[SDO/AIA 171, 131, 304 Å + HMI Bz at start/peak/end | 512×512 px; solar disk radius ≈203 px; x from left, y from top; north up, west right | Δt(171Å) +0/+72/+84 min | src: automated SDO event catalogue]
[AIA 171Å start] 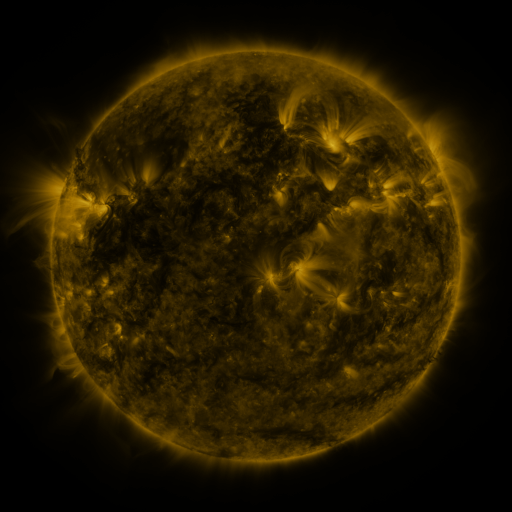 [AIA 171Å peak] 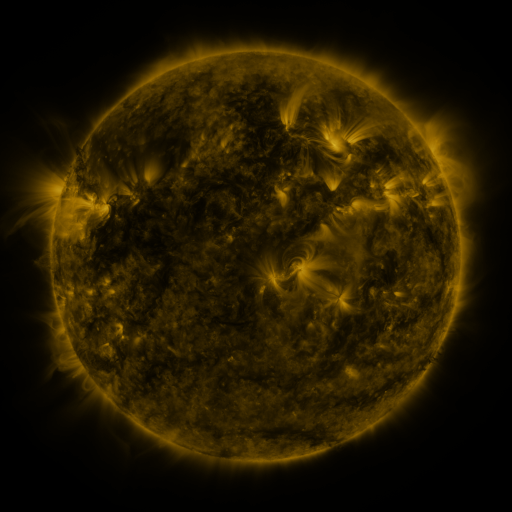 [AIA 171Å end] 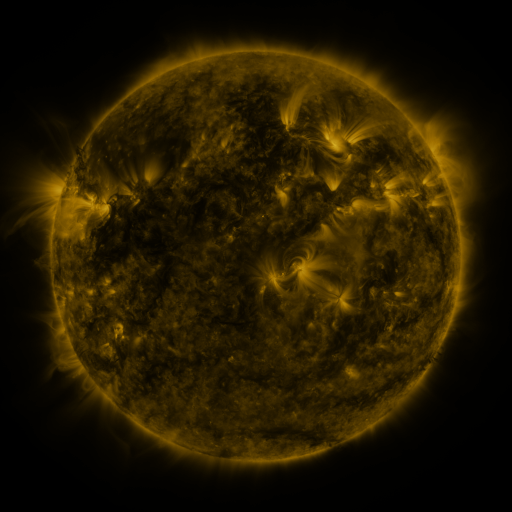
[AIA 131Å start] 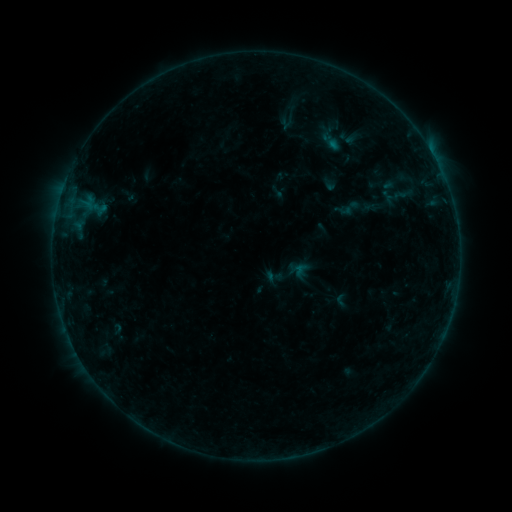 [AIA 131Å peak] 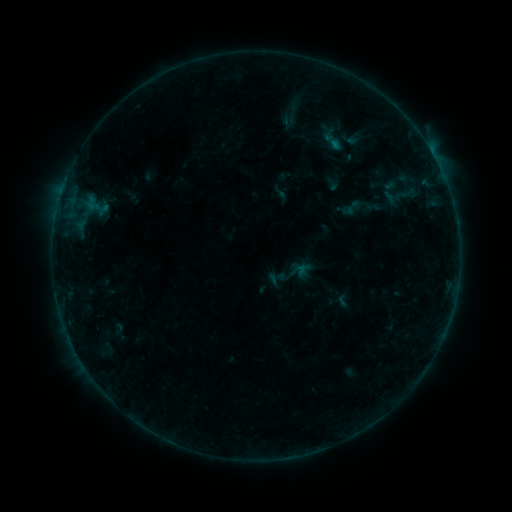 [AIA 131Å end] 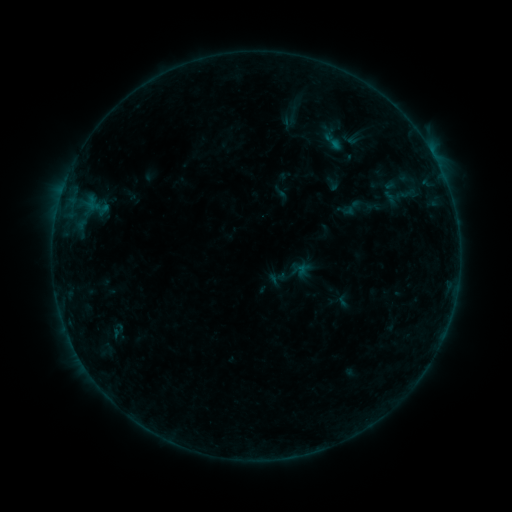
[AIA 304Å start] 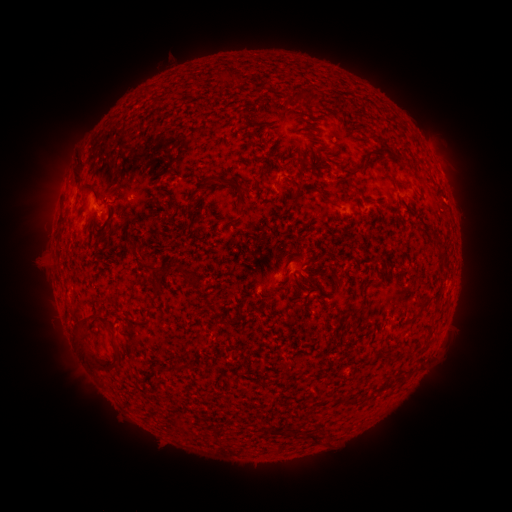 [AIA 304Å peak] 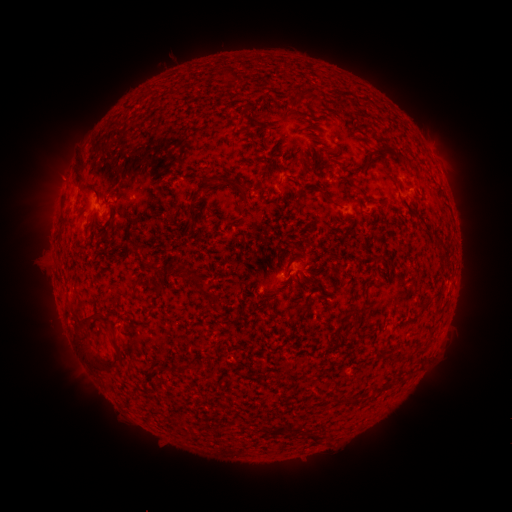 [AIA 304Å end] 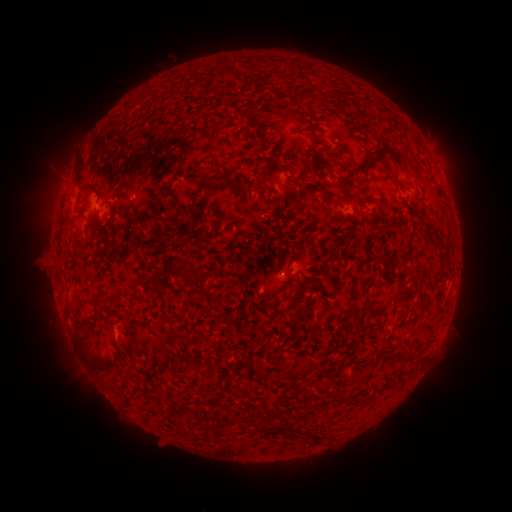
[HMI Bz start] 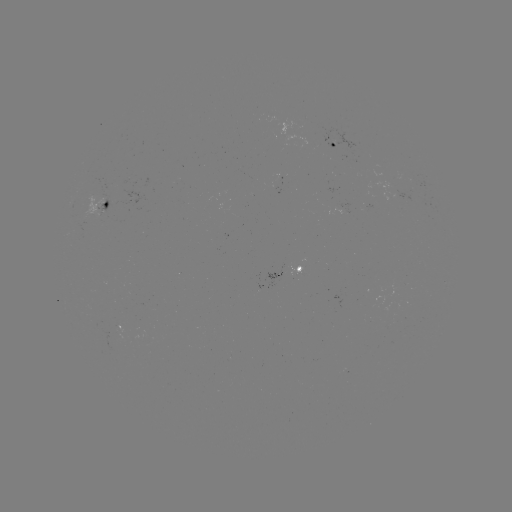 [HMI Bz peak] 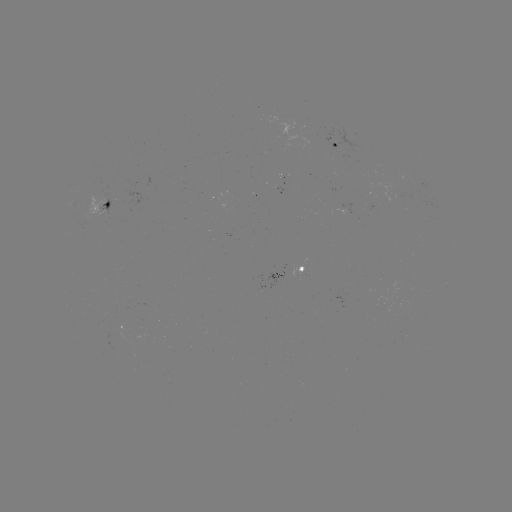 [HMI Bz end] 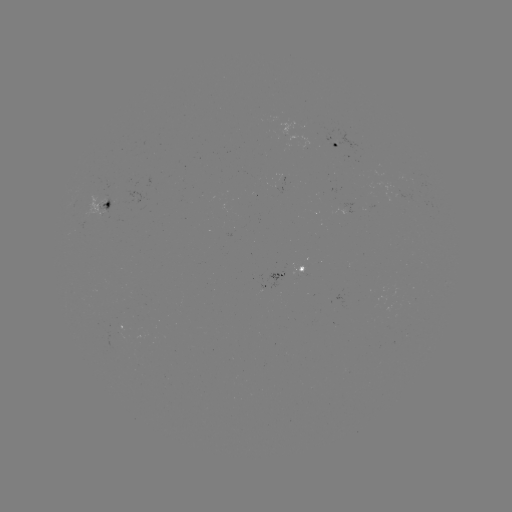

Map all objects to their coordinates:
emerging-flux region: (292, 269)
